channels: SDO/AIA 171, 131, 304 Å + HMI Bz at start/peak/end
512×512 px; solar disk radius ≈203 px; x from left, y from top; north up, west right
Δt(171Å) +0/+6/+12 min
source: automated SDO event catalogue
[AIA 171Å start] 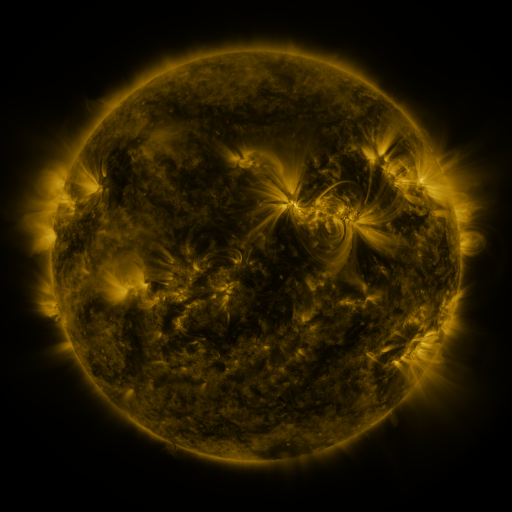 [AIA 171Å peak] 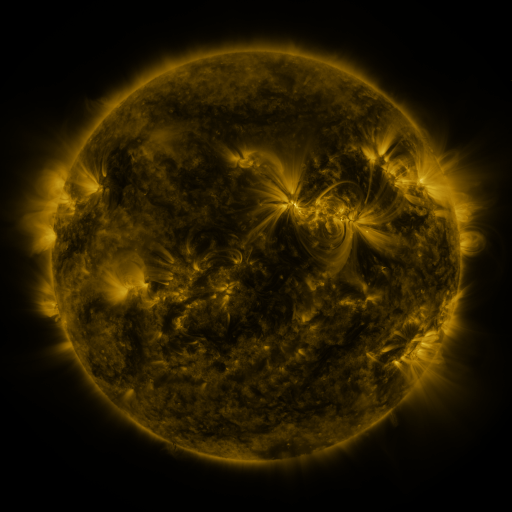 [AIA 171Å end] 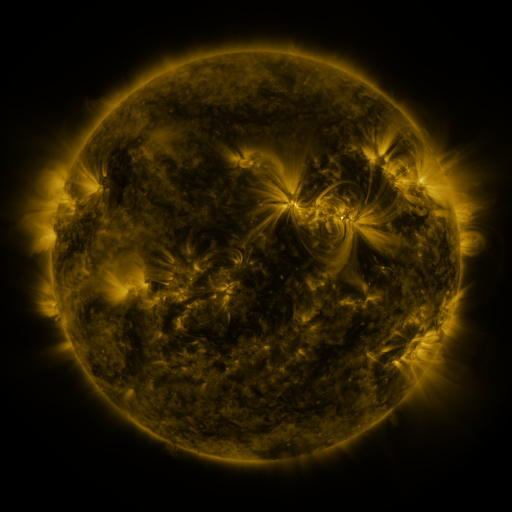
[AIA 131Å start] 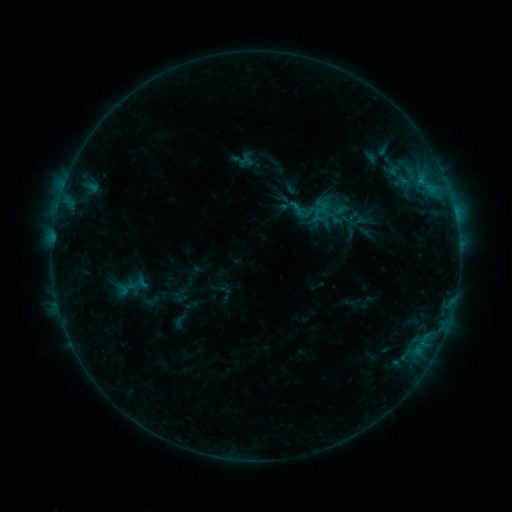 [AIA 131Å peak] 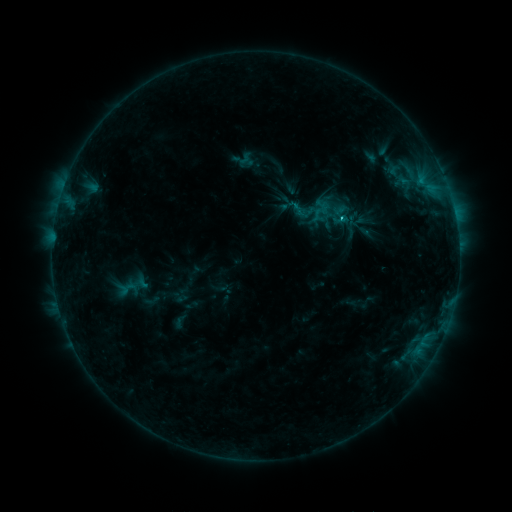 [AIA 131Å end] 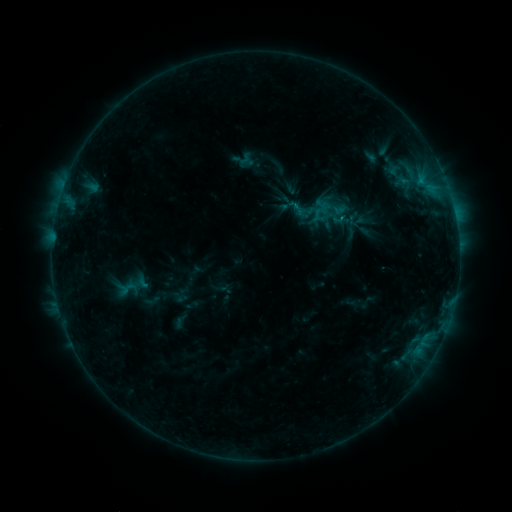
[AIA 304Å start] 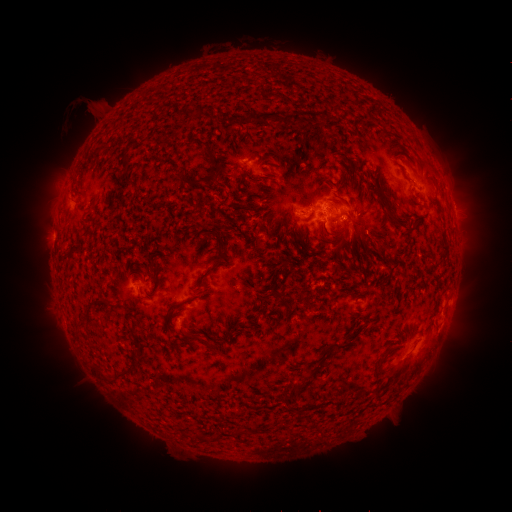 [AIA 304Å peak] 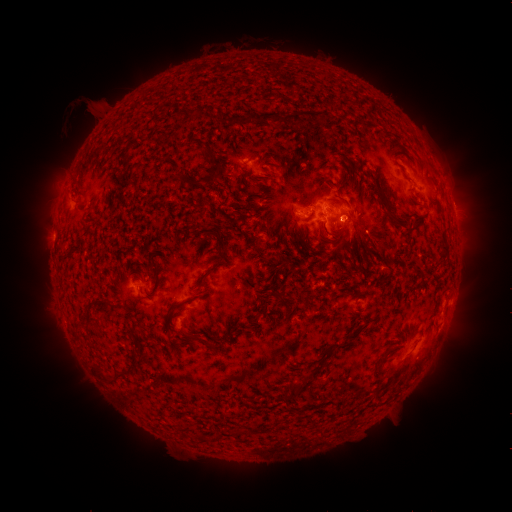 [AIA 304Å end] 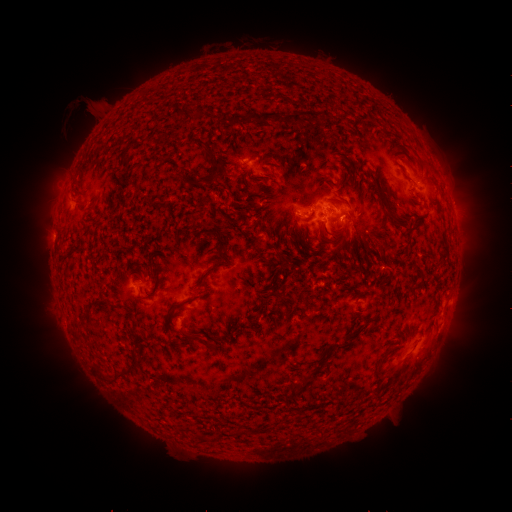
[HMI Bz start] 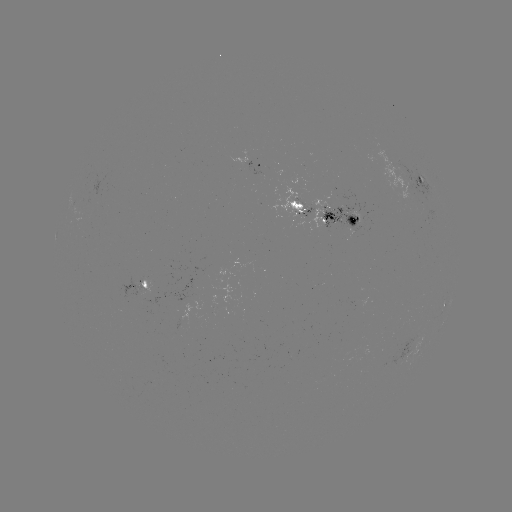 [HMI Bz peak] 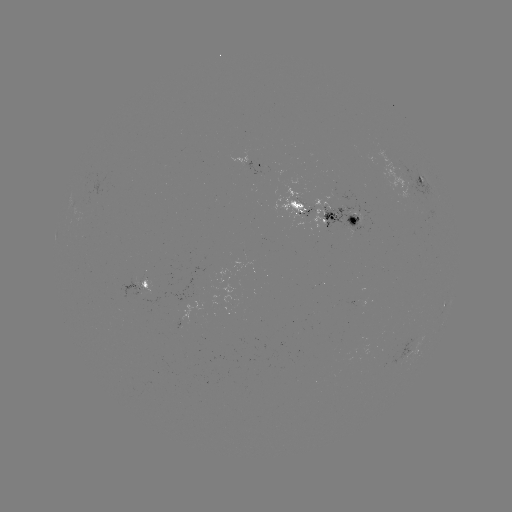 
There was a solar flare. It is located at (341, 219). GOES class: B7.1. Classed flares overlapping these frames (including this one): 1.